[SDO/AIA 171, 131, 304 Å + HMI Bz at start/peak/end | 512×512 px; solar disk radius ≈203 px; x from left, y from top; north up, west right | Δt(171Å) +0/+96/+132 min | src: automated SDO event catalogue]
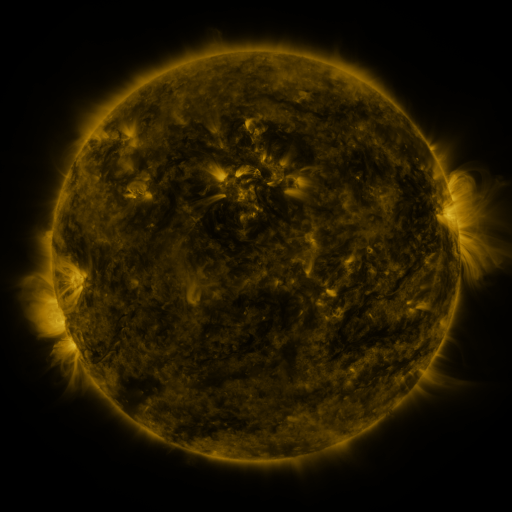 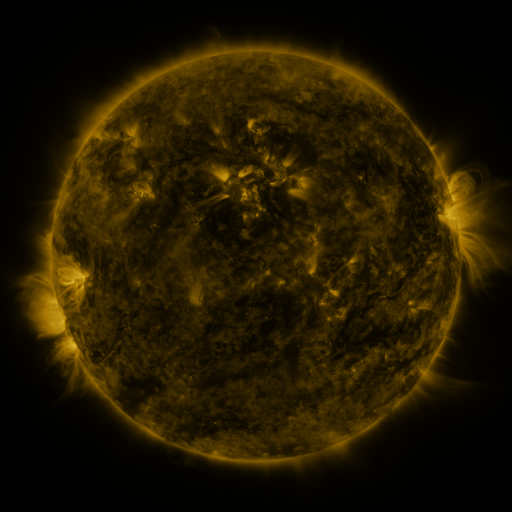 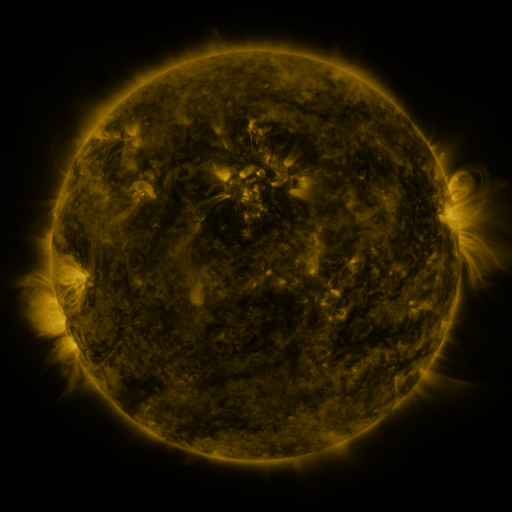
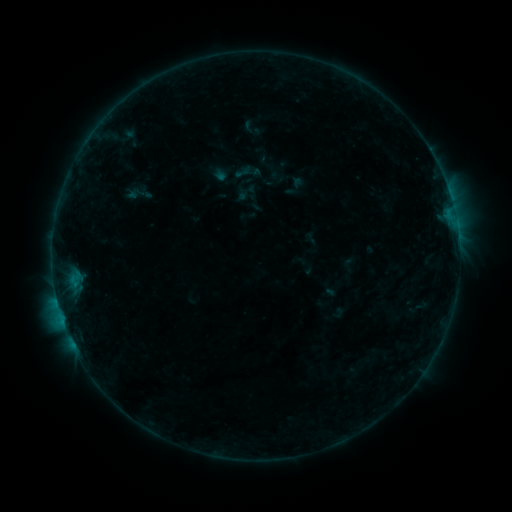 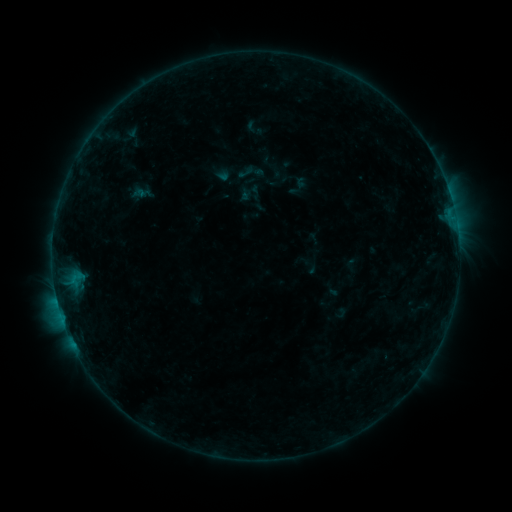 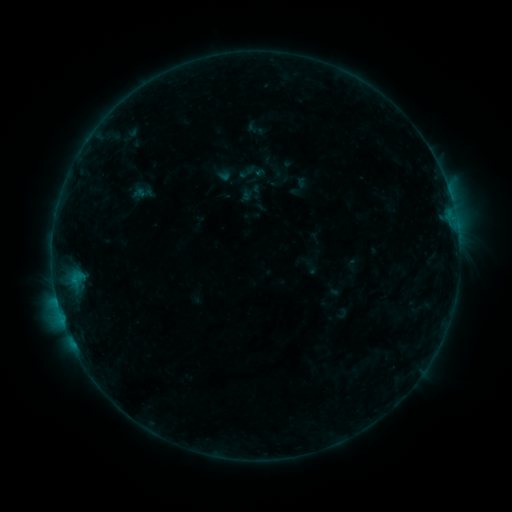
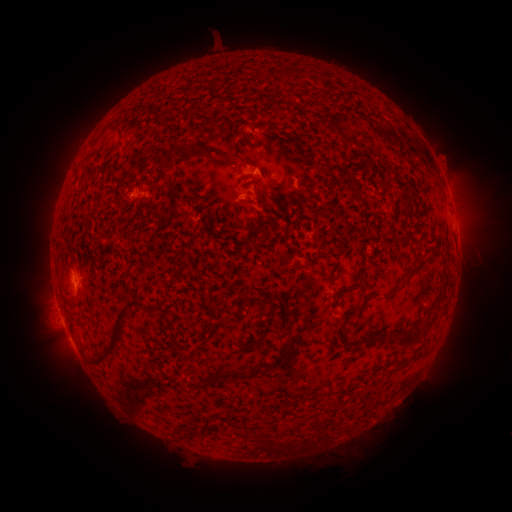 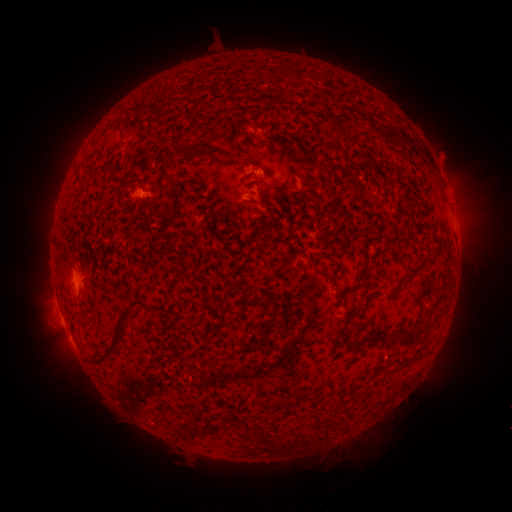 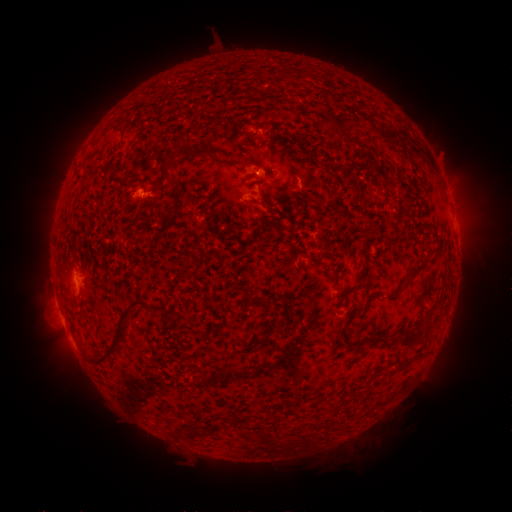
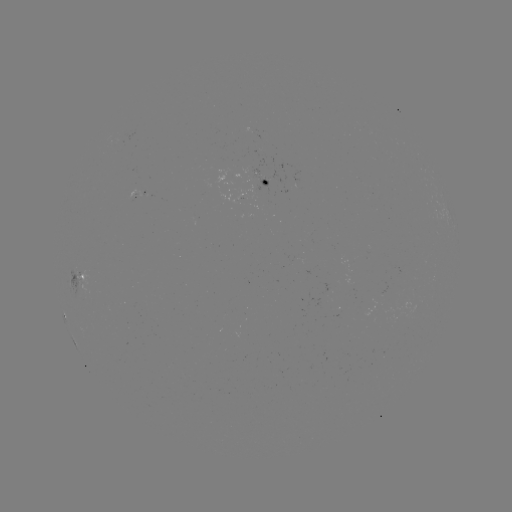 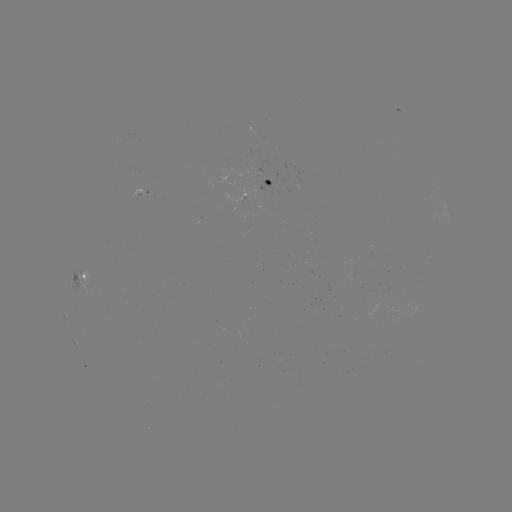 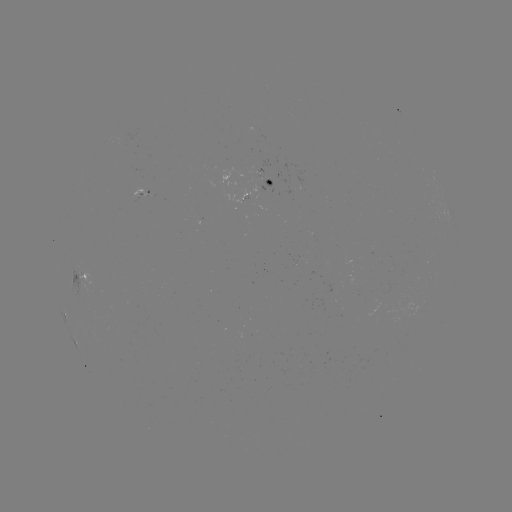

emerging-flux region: (132, 191, 157, 198)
